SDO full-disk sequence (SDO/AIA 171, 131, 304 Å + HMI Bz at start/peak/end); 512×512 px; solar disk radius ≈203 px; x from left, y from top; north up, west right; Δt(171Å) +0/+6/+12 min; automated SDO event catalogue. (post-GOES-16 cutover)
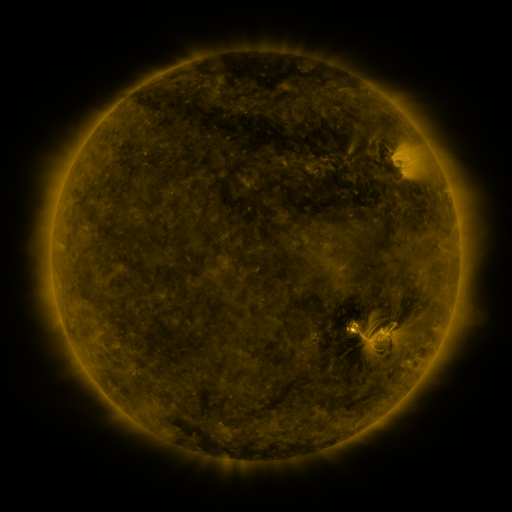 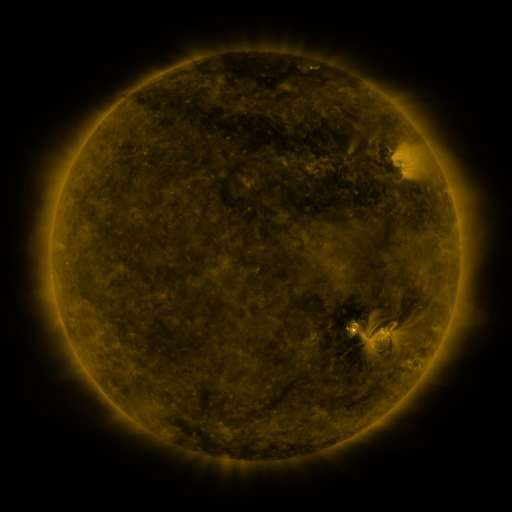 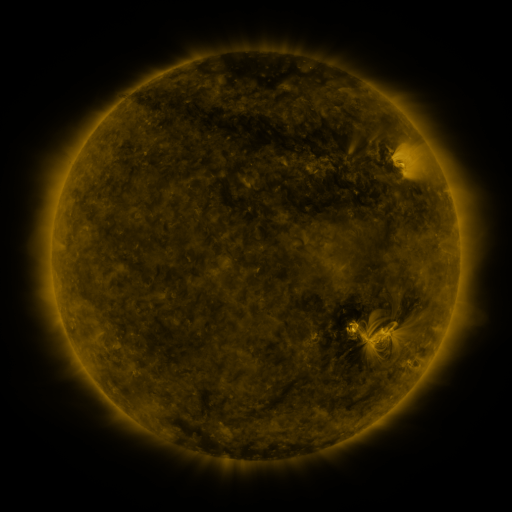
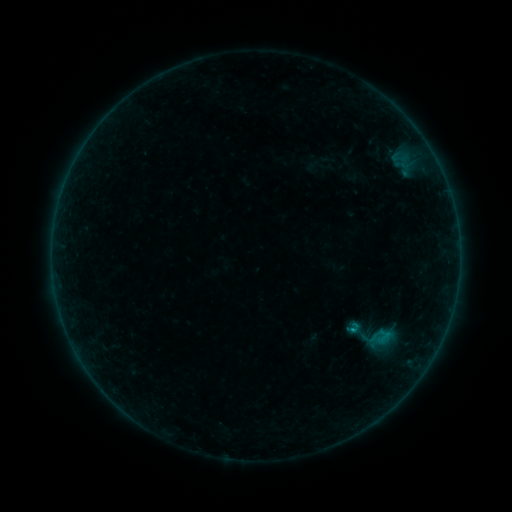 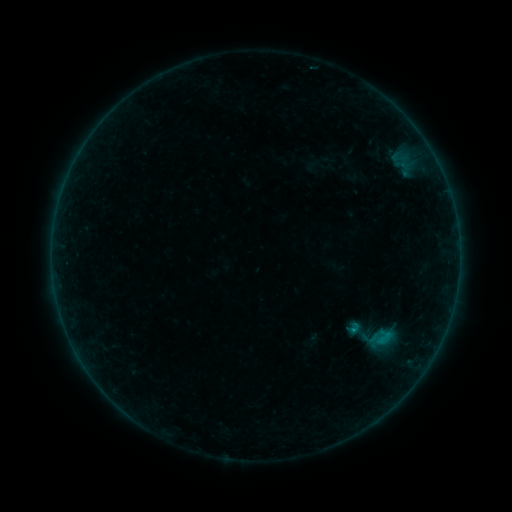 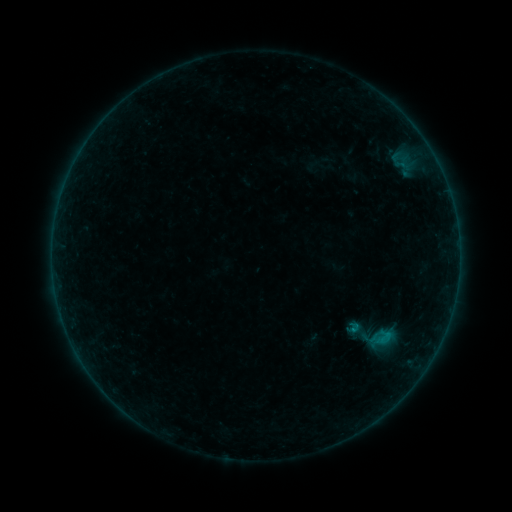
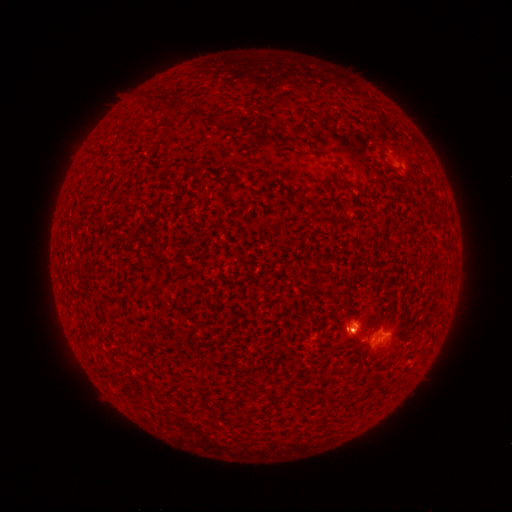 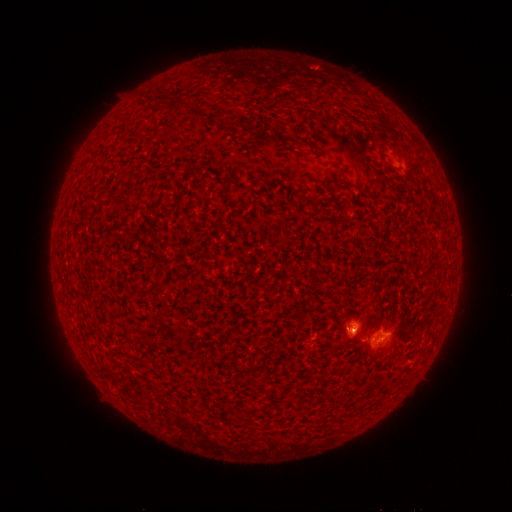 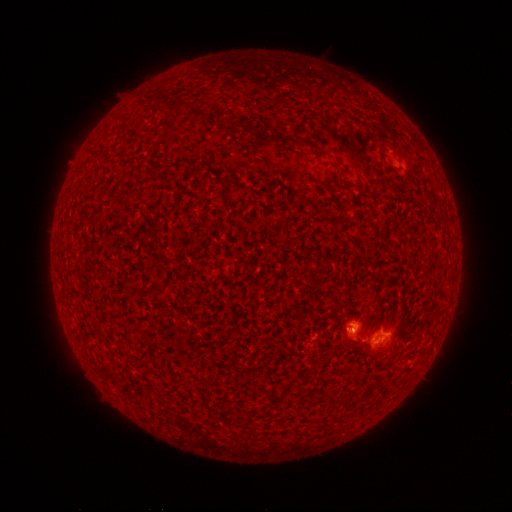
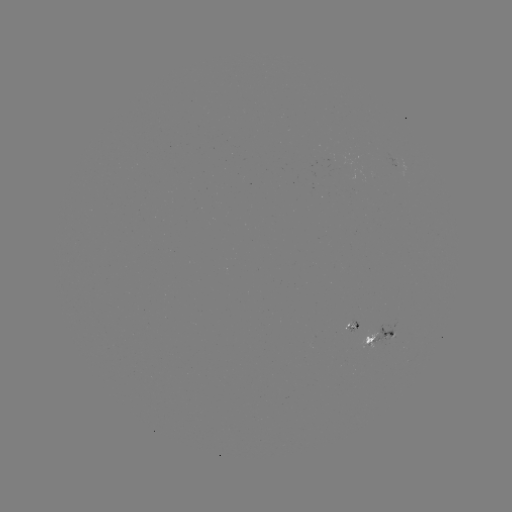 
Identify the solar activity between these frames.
B6.1 flare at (380, 340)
